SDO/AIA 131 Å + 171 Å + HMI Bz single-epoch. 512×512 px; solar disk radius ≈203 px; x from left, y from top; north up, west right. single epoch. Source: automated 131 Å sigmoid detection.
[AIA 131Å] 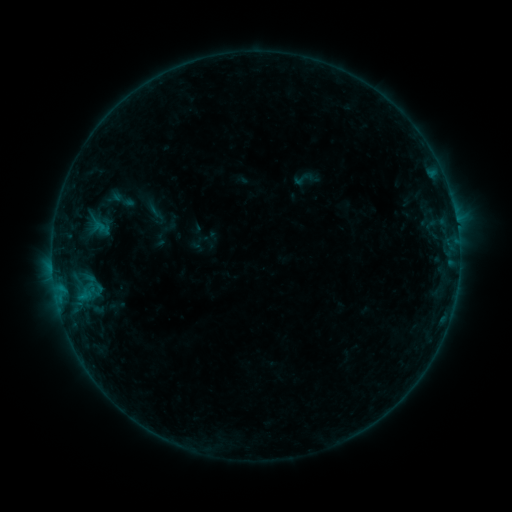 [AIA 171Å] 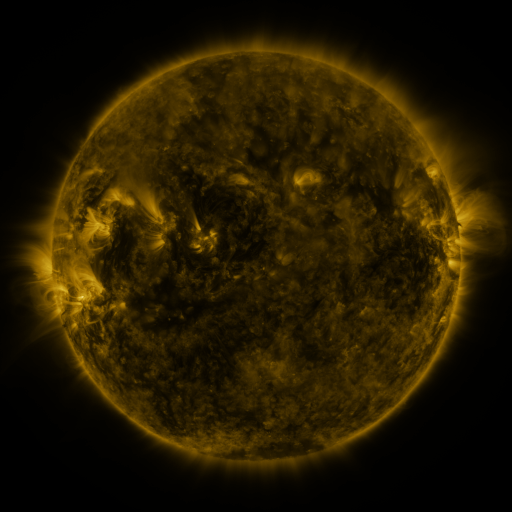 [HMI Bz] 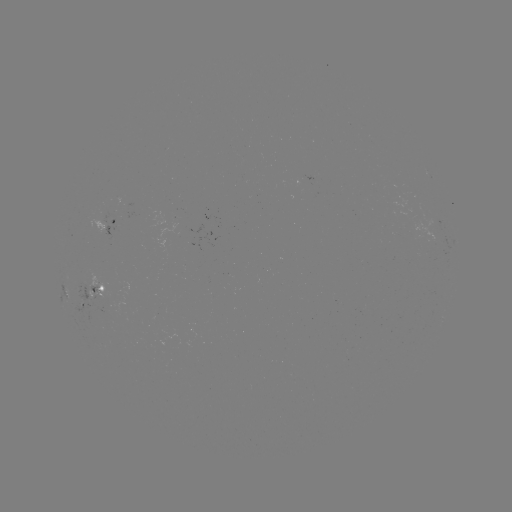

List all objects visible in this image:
sigmoid: (291, 168, 317, 189)
